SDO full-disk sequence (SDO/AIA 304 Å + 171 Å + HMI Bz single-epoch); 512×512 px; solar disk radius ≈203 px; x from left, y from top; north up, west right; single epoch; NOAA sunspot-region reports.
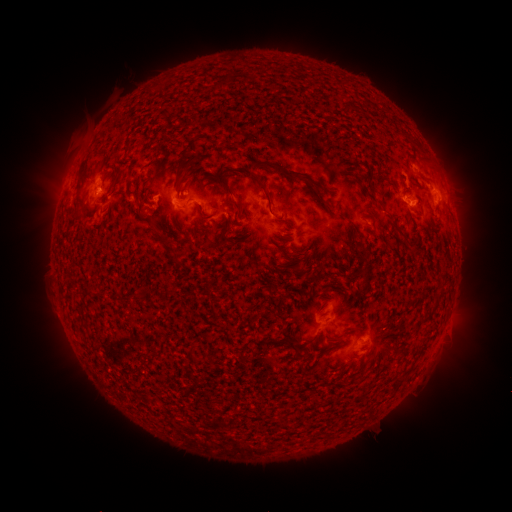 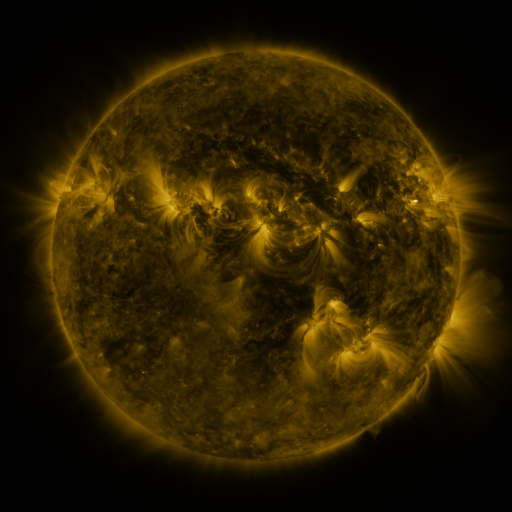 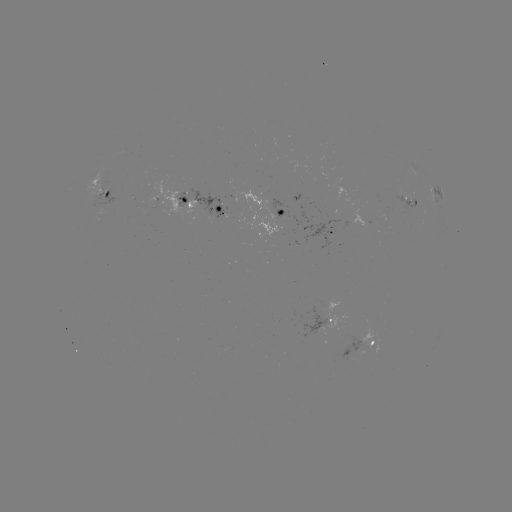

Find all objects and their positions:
spotted active region: (102, 193)
spotted active region: (436, 198)
spotted active region: (410, 203)
spotted active region: (201, 208)
spotted active region: (277, 226)
spotted active region: (335, 236)
spotted active region: (332, 320)
spotted active region: (371, 349)
